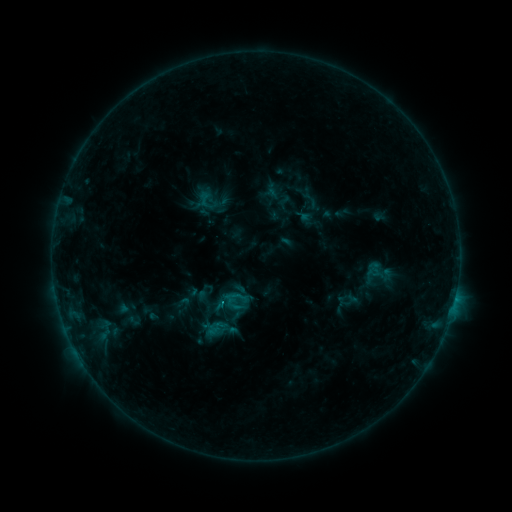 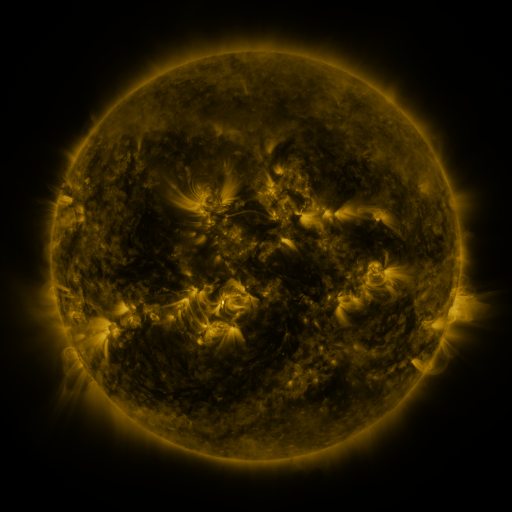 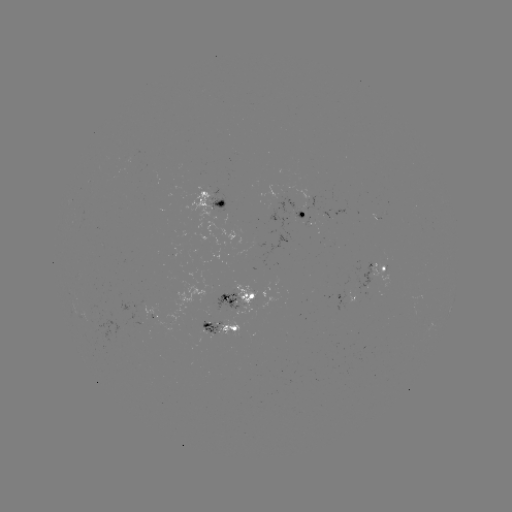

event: sigmoid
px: (134, 320)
